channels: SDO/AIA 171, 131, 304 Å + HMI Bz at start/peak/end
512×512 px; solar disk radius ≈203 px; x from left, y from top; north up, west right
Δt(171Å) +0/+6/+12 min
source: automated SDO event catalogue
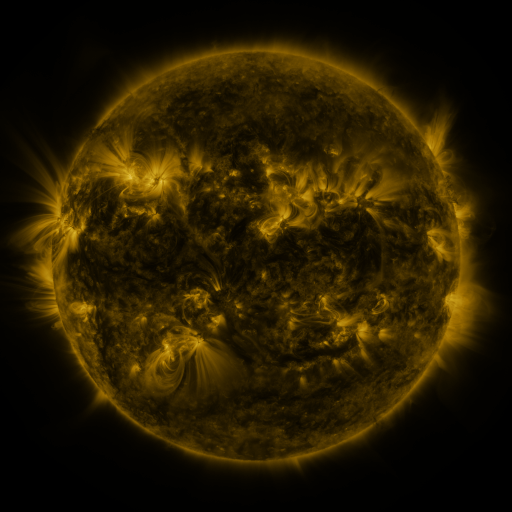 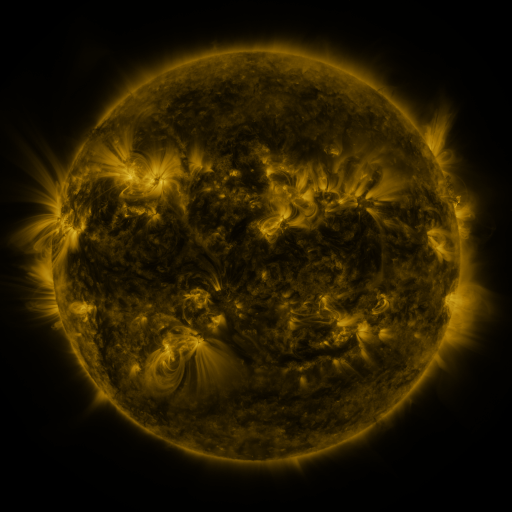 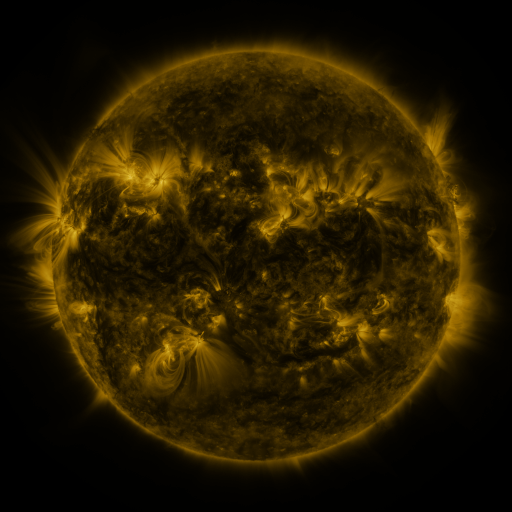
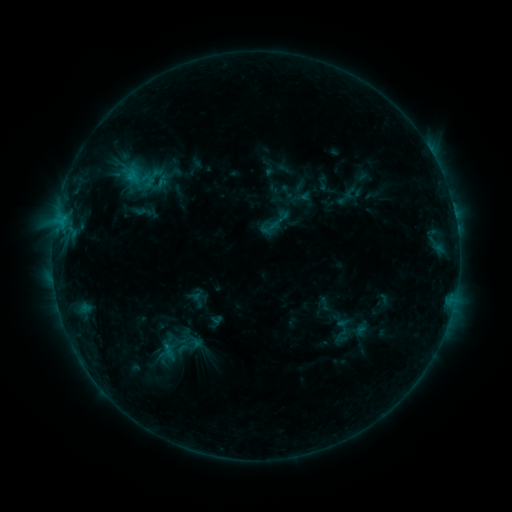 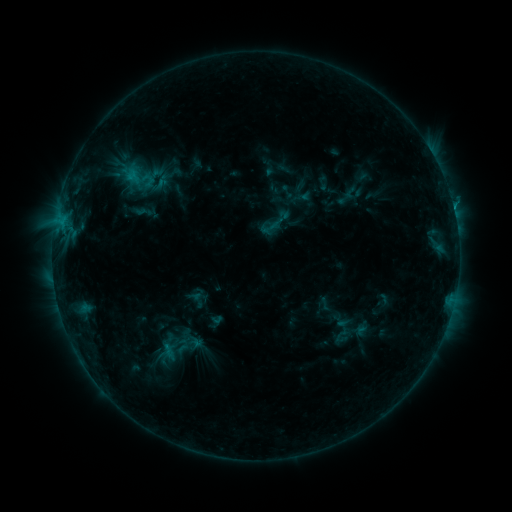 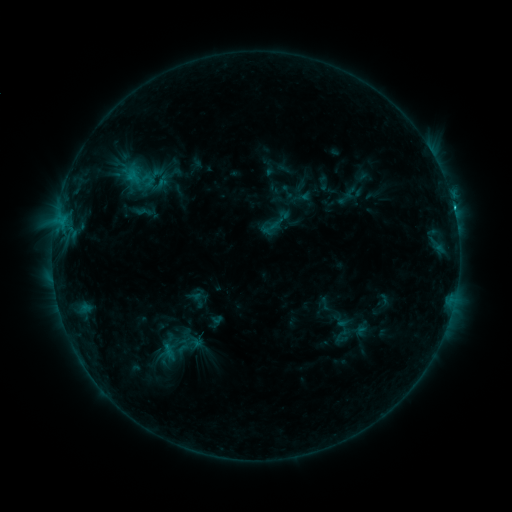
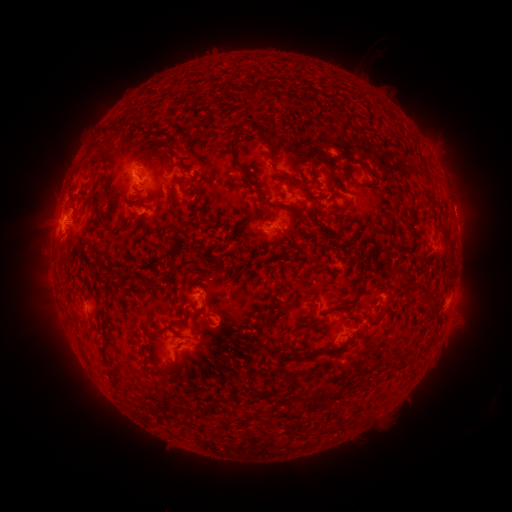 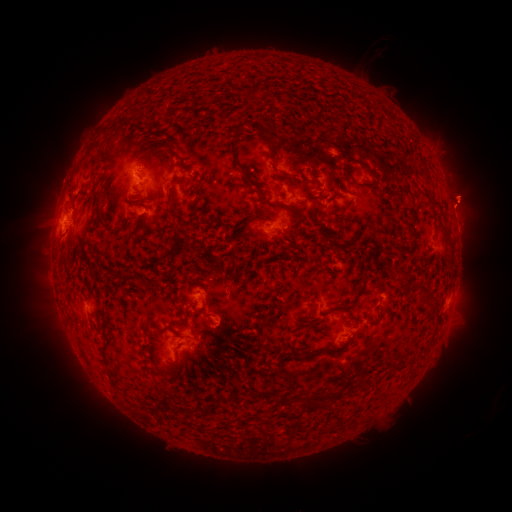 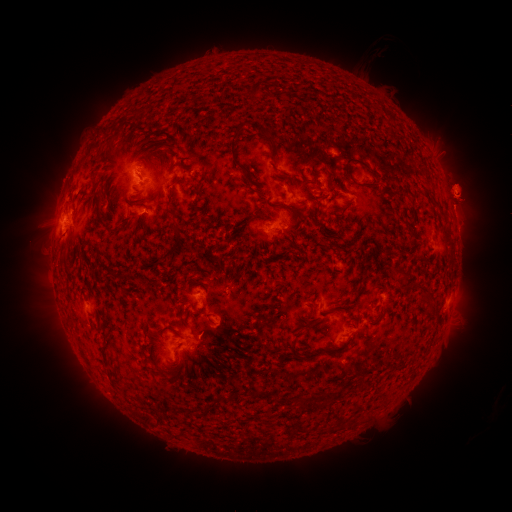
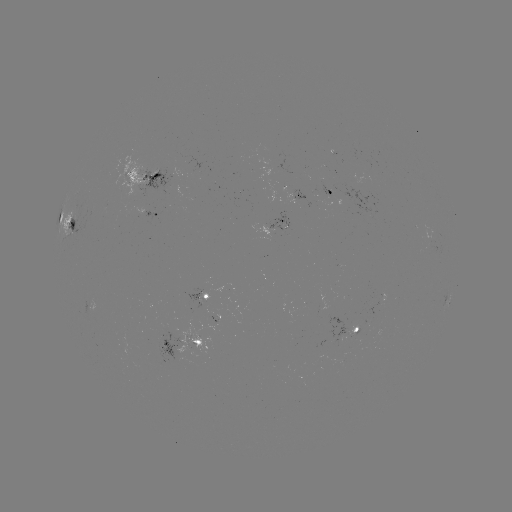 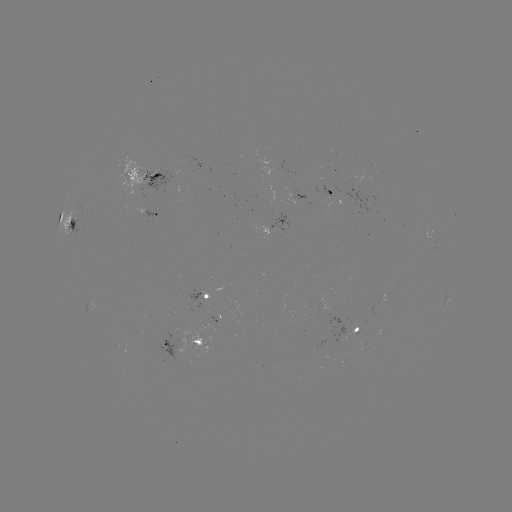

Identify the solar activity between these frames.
C1.4 flare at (453, 209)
